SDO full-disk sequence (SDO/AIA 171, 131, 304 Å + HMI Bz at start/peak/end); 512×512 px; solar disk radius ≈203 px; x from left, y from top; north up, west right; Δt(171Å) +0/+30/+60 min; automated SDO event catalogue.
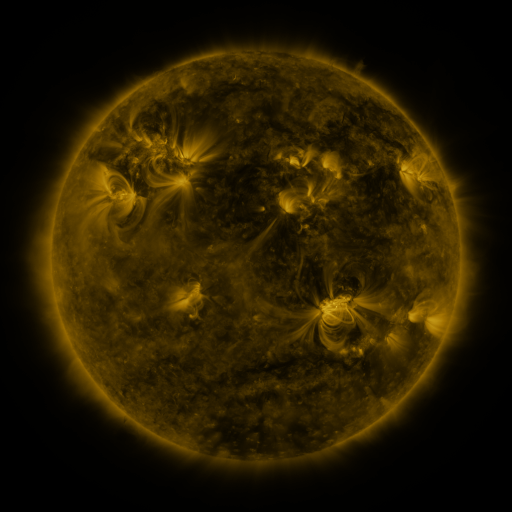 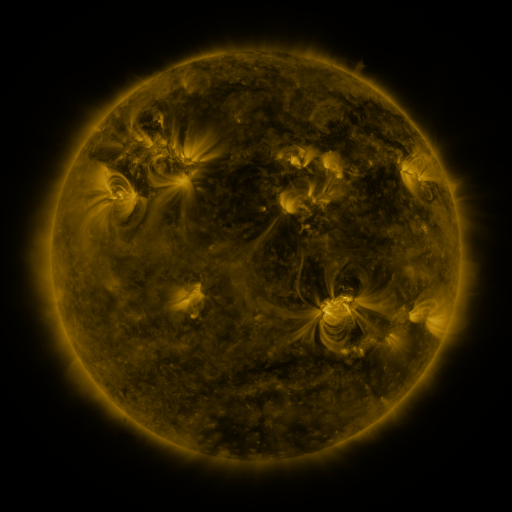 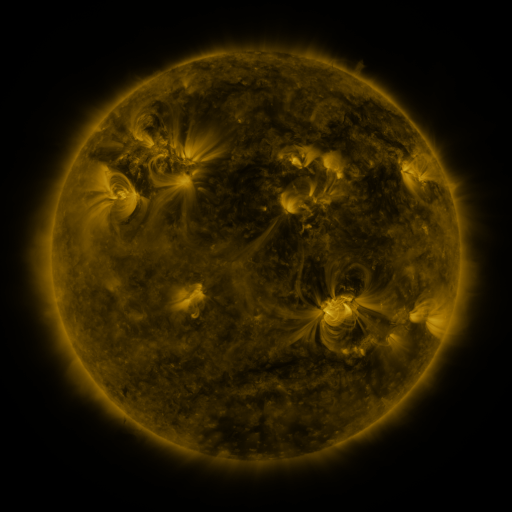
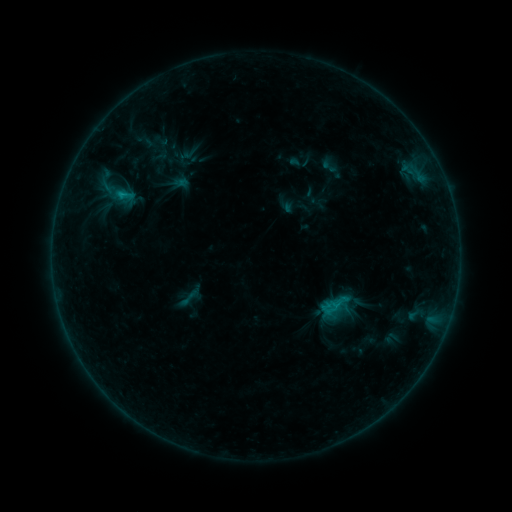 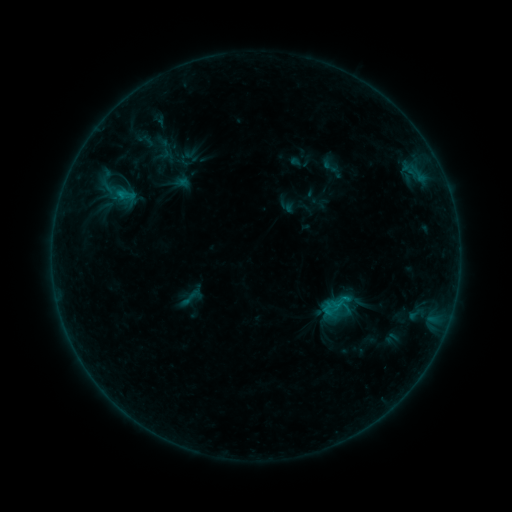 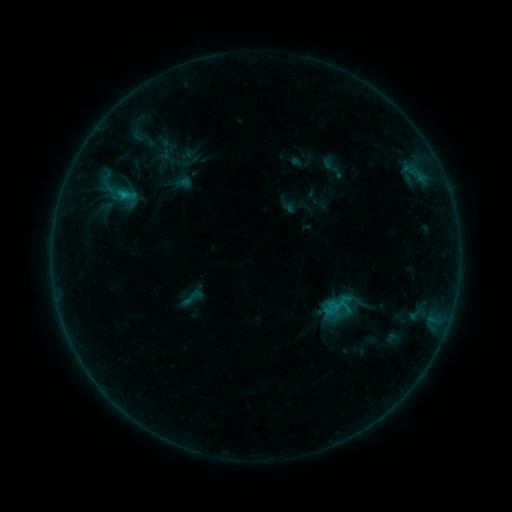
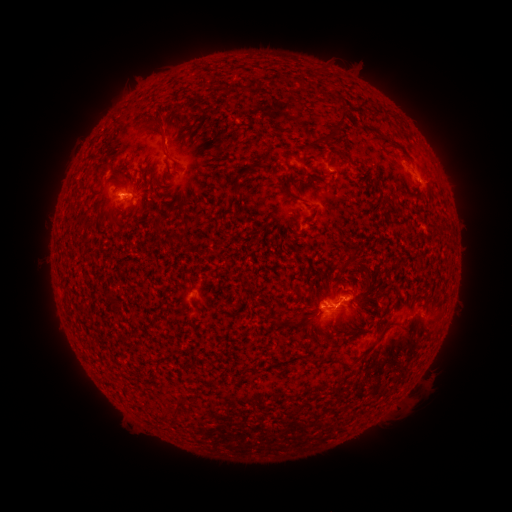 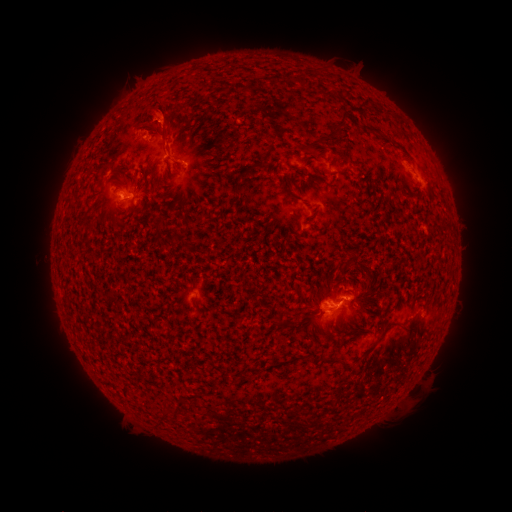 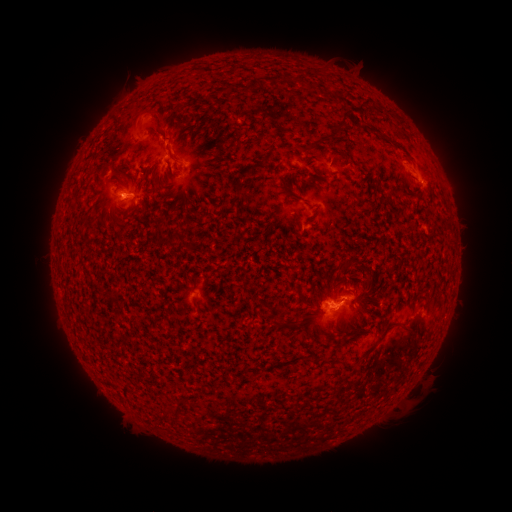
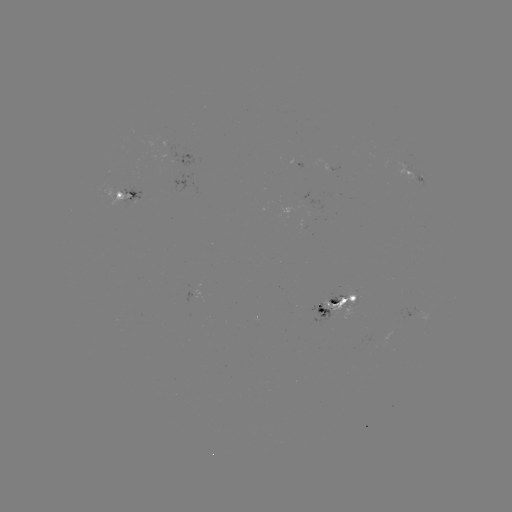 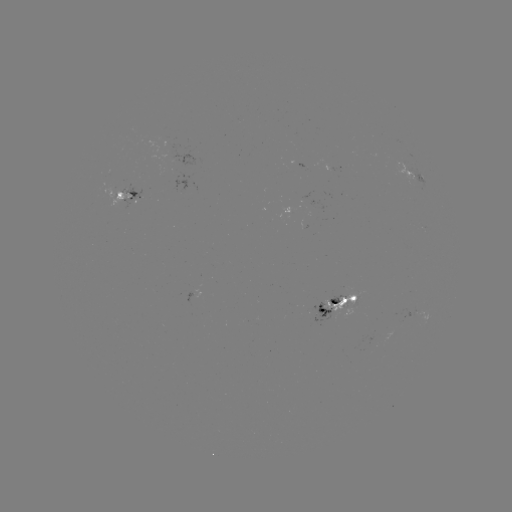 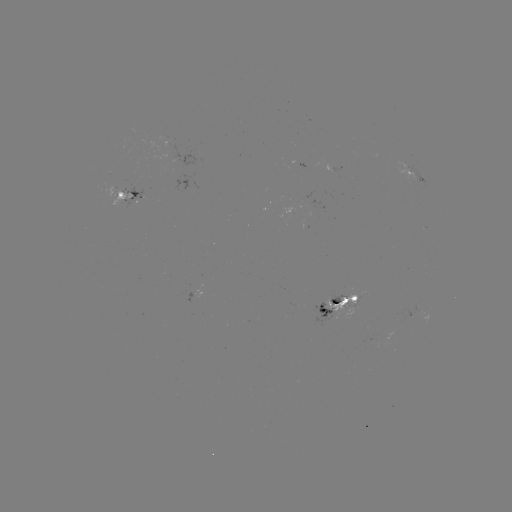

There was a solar eruption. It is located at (154, 117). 